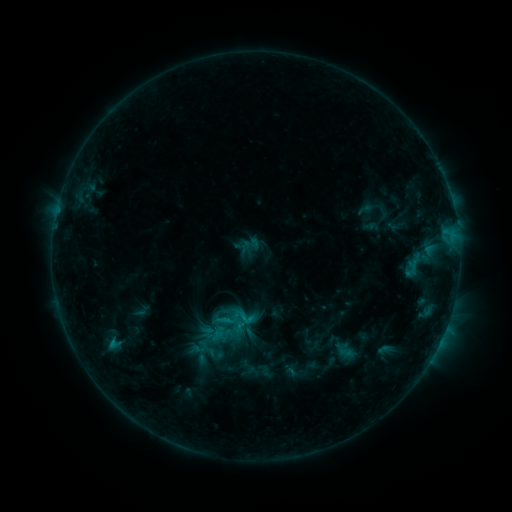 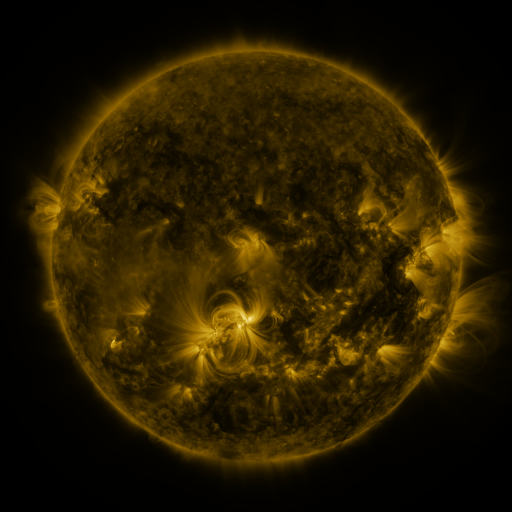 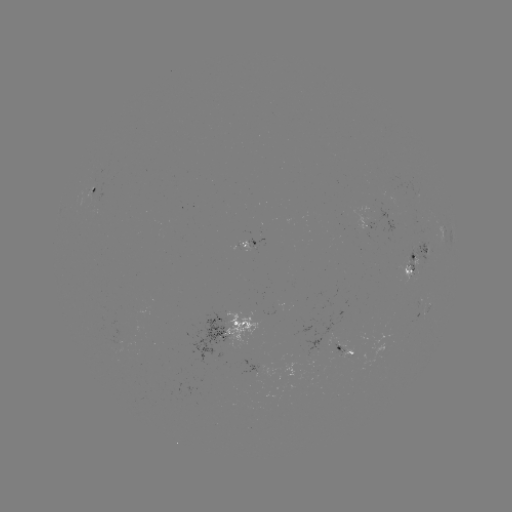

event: sigmoid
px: (245, 316)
